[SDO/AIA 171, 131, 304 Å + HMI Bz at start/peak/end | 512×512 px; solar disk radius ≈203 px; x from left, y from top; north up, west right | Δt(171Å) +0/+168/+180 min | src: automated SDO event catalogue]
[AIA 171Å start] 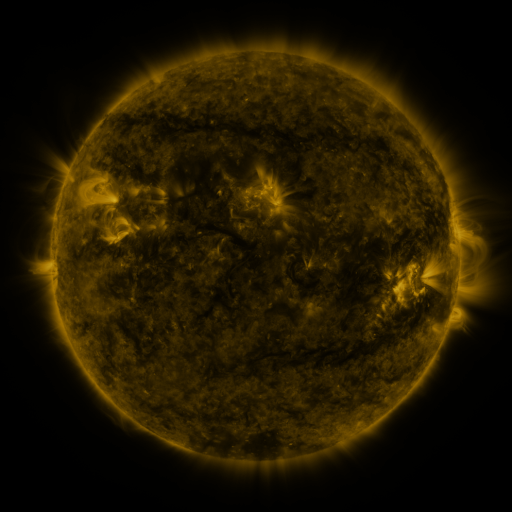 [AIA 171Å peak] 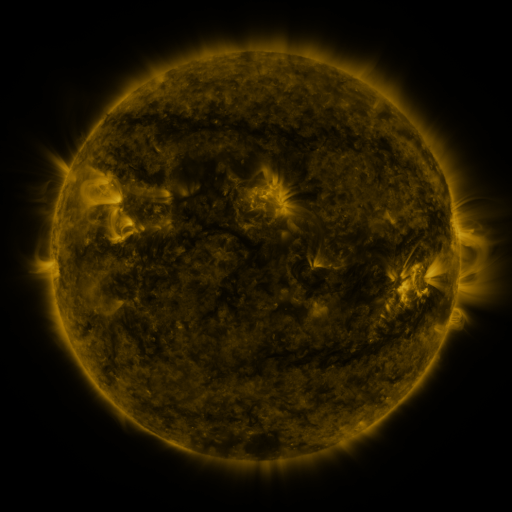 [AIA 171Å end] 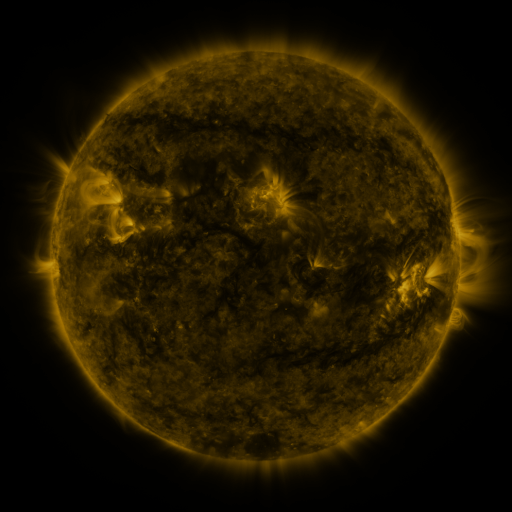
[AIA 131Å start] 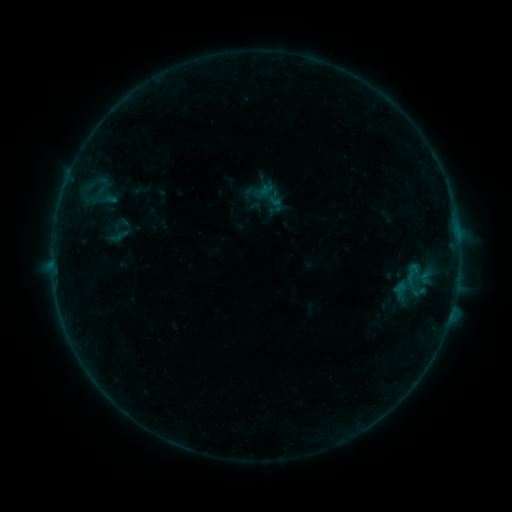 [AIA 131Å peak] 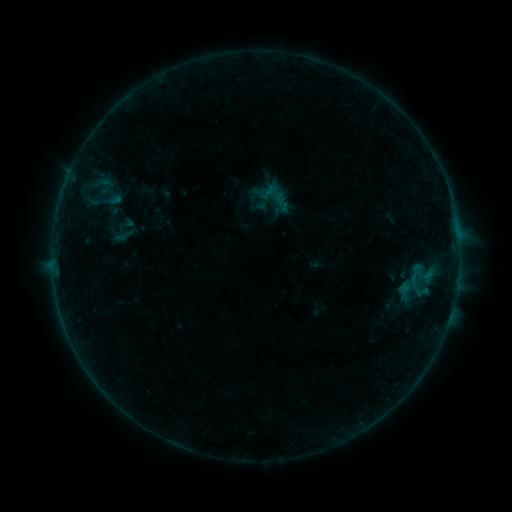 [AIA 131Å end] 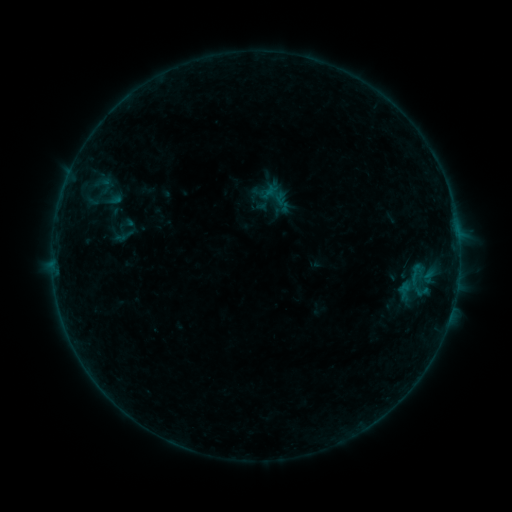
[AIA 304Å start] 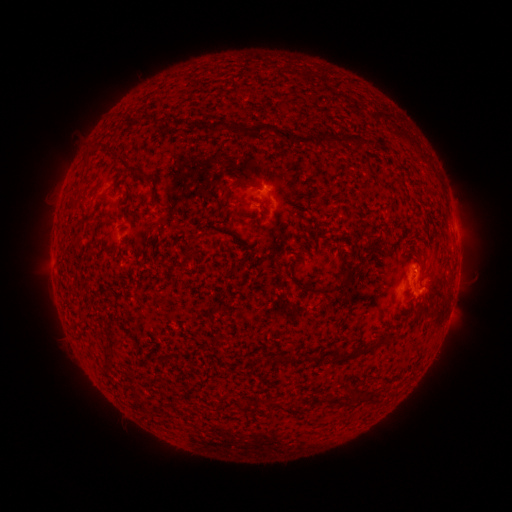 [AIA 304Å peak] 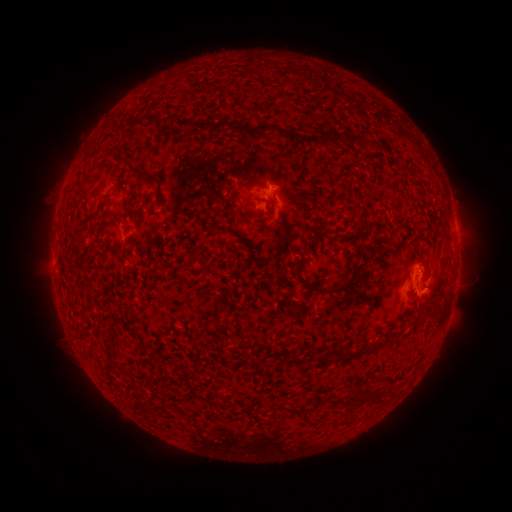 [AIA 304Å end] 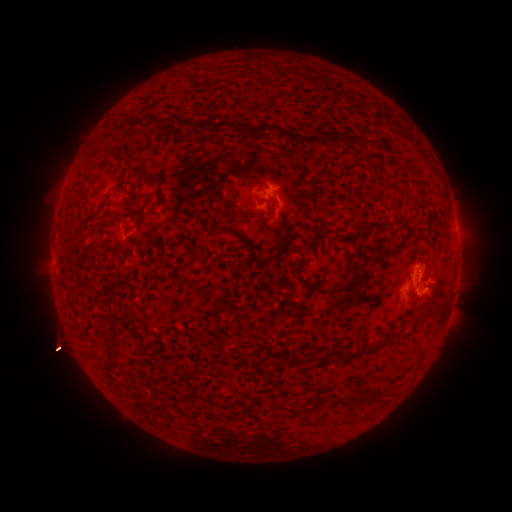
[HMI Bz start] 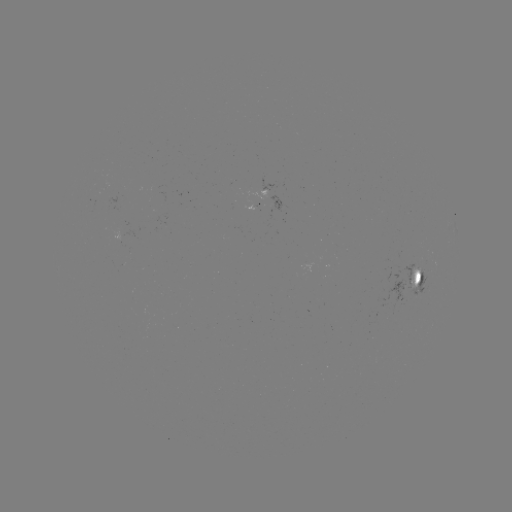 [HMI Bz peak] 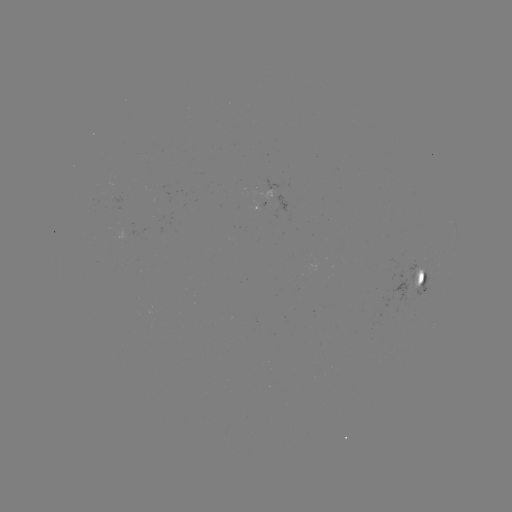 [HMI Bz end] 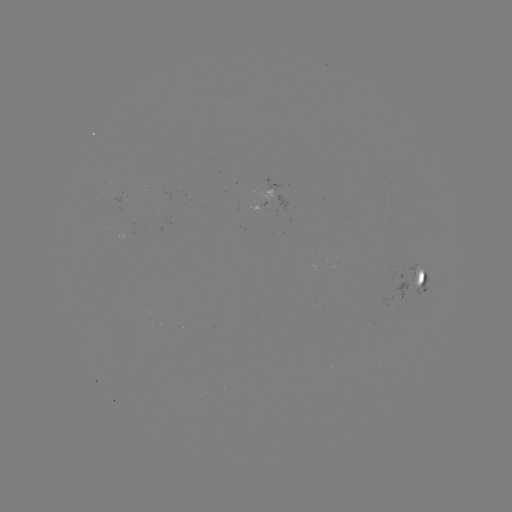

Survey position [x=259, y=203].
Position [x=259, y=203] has emerging-flux region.